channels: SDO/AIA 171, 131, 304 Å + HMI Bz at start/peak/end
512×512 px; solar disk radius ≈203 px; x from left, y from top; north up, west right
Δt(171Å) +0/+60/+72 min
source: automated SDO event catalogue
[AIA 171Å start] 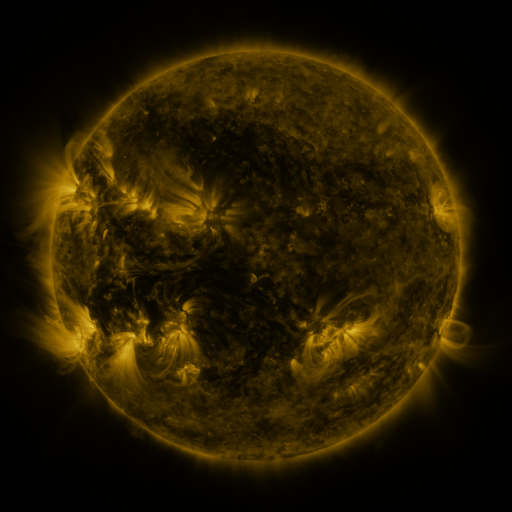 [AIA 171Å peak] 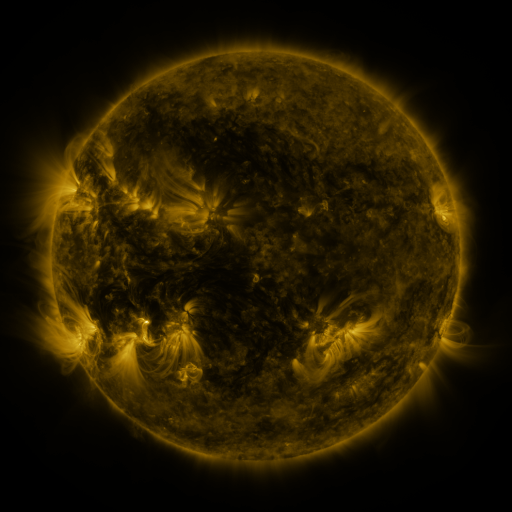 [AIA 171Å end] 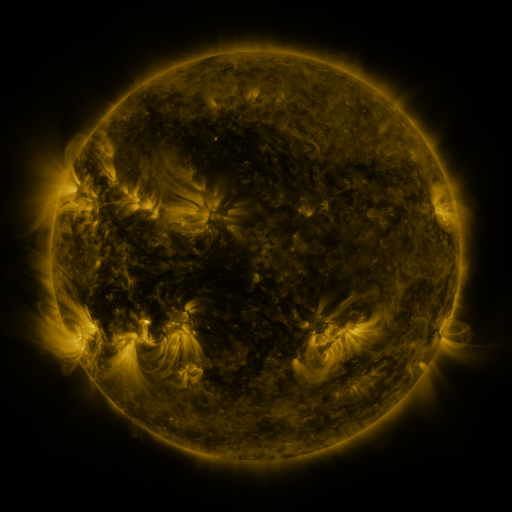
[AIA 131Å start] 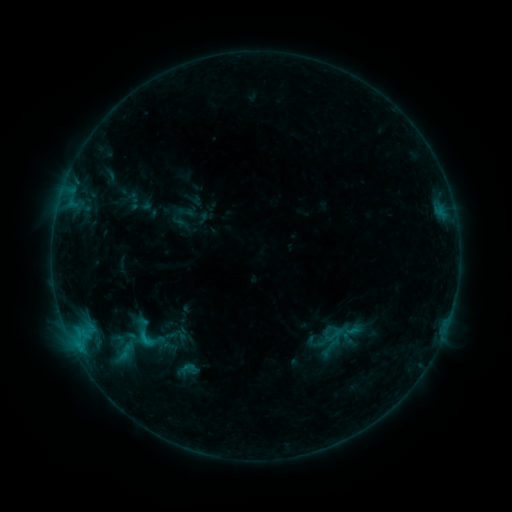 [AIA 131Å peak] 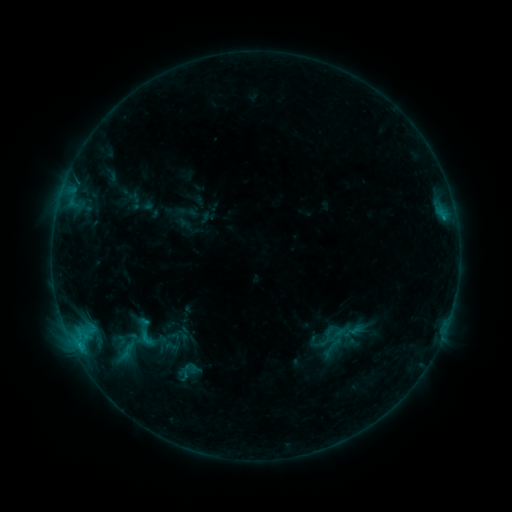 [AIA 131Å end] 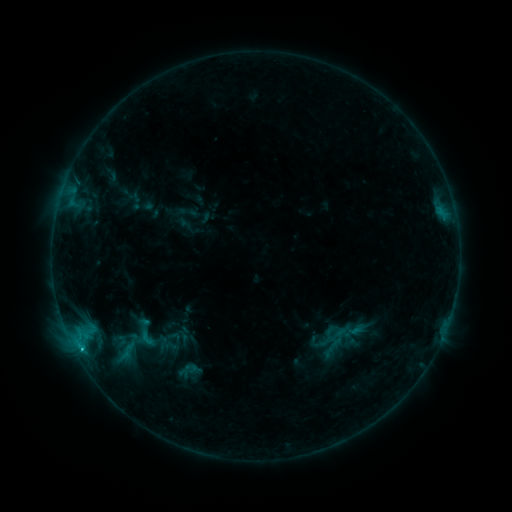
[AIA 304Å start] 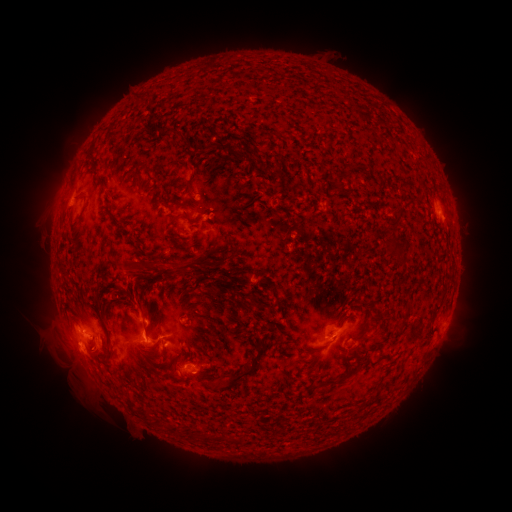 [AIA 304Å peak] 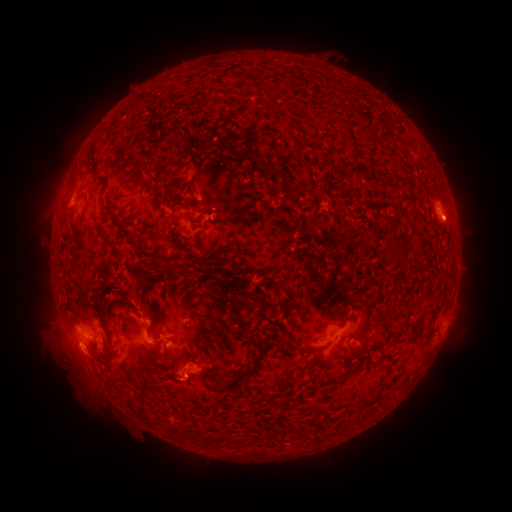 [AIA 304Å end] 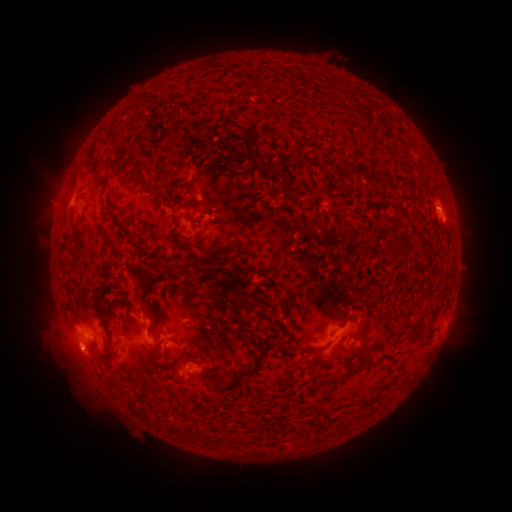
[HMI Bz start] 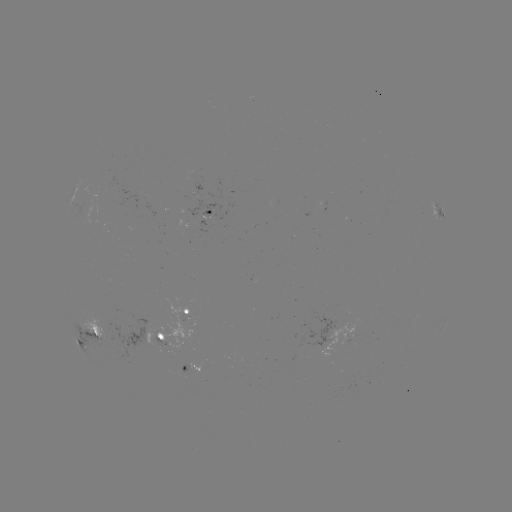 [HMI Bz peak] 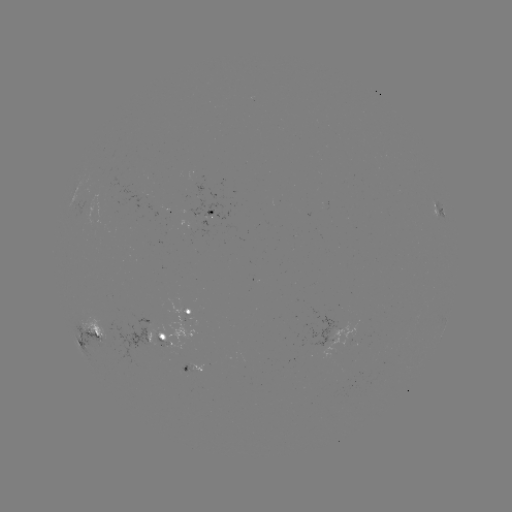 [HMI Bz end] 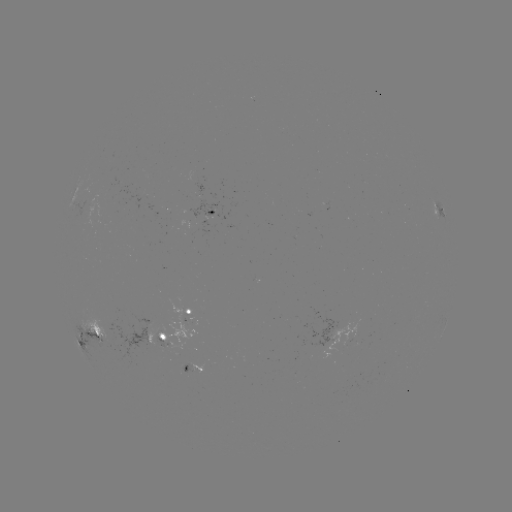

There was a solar emerging-flux region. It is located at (208, 212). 